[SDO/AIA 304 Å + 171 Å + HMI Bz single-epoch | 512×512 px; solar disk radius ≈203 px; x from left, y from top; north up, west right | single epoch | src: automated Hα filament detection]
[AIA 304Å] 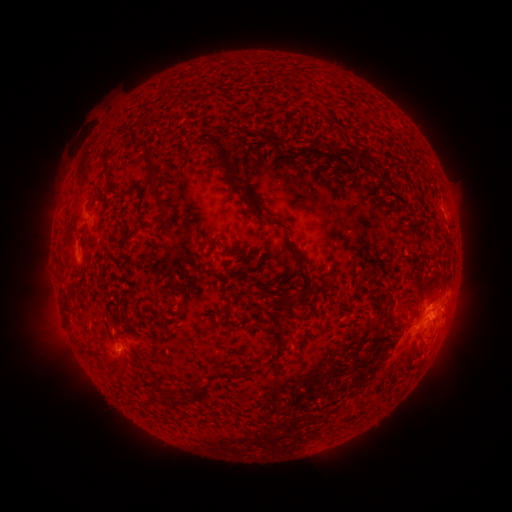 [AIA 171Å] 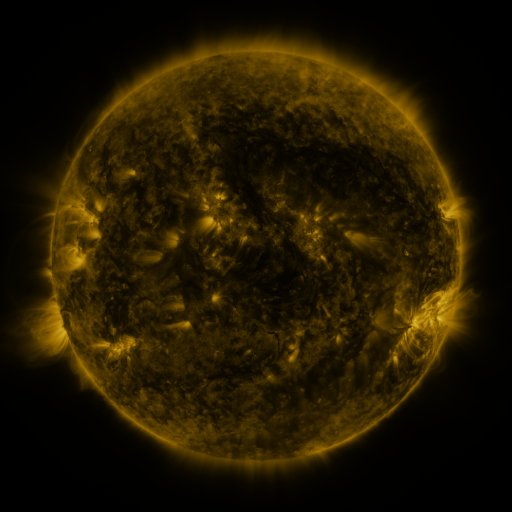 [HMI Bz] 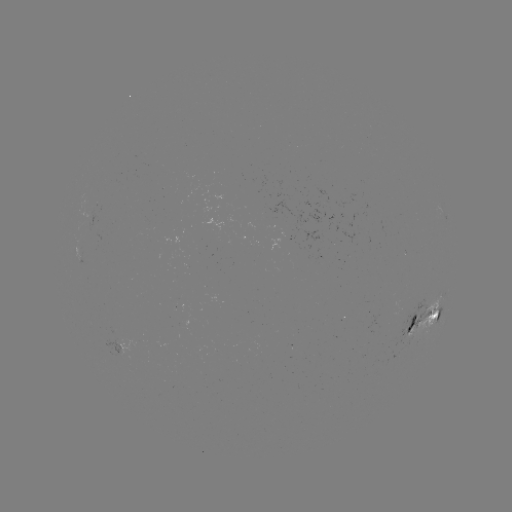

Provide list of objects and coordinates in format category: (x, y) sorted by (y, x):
filament: (220, 152)
filament: (303, 152)
filament: (361, 155)
filament: (153, 170)
filament: (257, 210)
filament: (141, 215)
filament: (298, 268)
filament: (433, 278)
filament: (66, 301)
filament: (283, 305)
filament: (435, 318)
filament: (277, 340)
filament: (112, 364)
filament: (239, 375)
filament: (200, 390)
